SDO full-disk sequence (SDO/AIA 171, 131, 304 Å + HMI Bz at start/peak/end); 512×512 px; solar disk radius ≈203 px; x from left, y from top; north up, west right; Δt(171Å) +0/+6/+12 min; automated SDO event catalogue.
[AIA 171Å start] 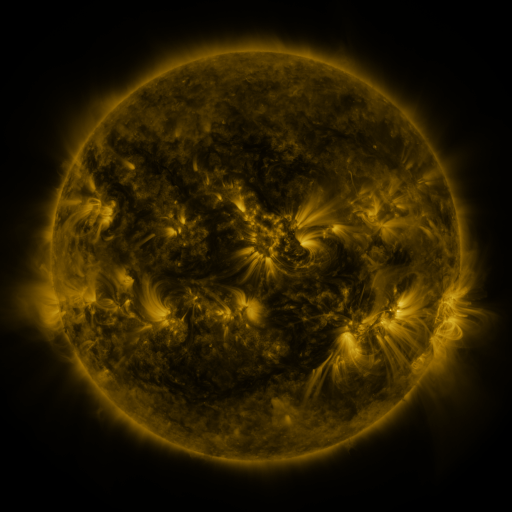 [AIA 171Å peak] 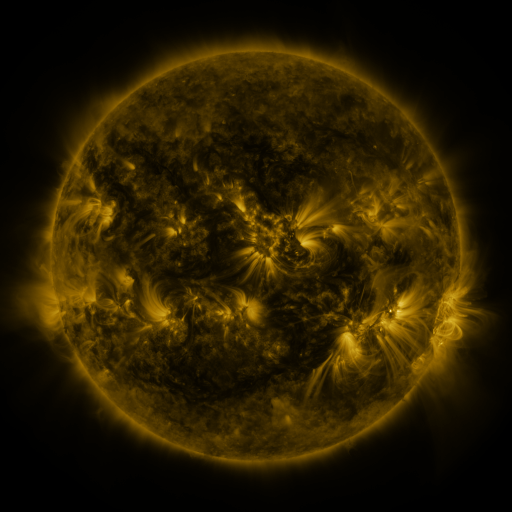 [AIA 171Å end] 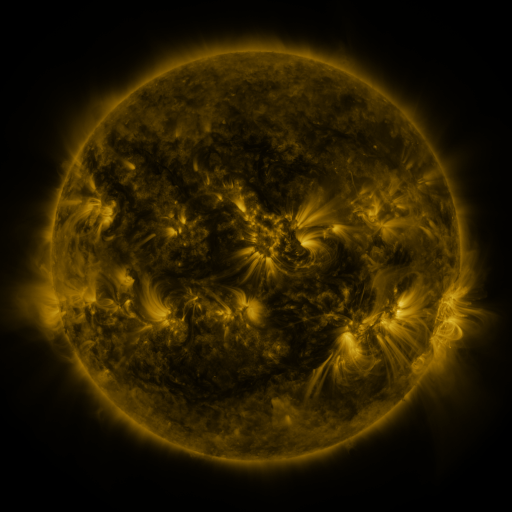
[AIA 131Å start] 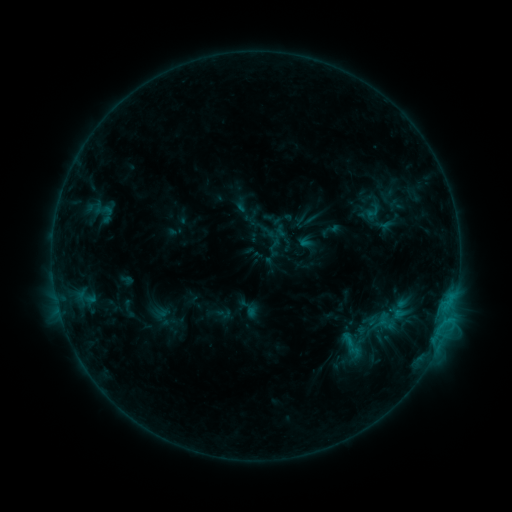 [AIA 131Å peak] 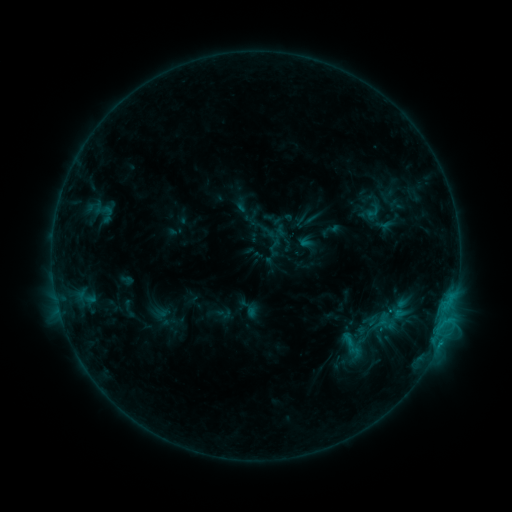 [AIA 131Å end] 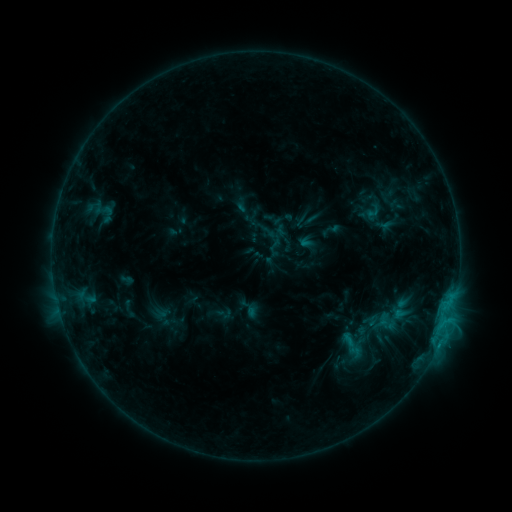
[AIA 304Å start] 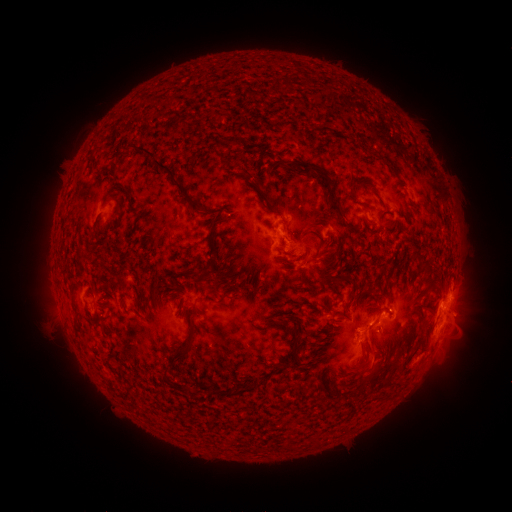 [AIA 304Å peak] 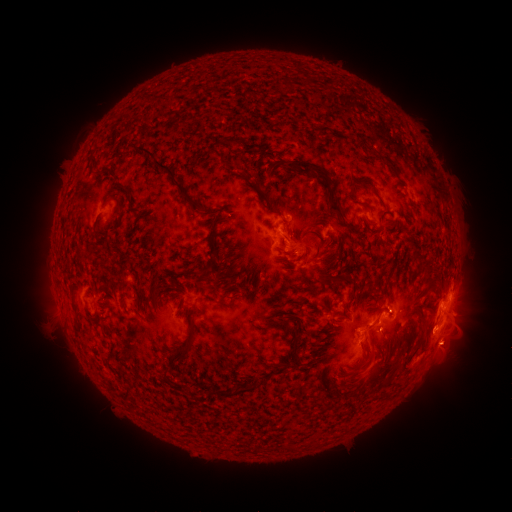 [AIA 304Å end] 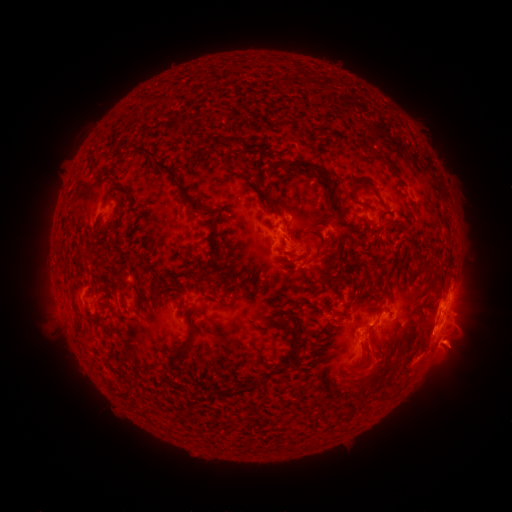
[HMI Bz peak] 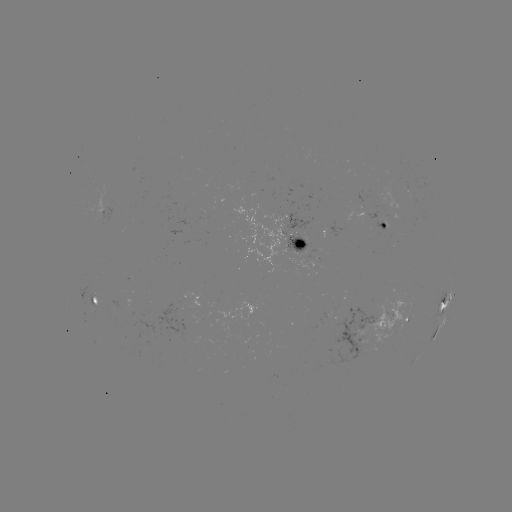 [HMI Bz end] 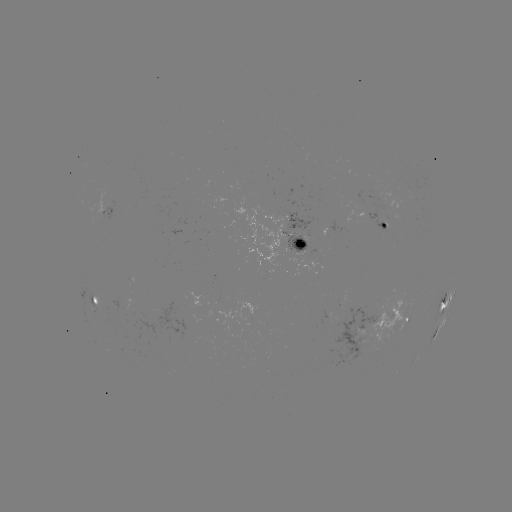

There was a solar eruption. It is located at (439, 348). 